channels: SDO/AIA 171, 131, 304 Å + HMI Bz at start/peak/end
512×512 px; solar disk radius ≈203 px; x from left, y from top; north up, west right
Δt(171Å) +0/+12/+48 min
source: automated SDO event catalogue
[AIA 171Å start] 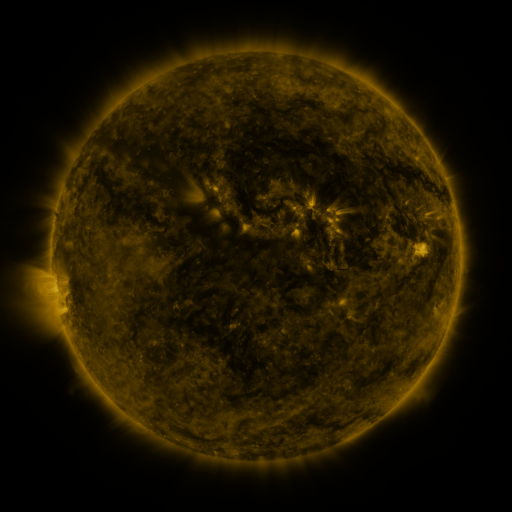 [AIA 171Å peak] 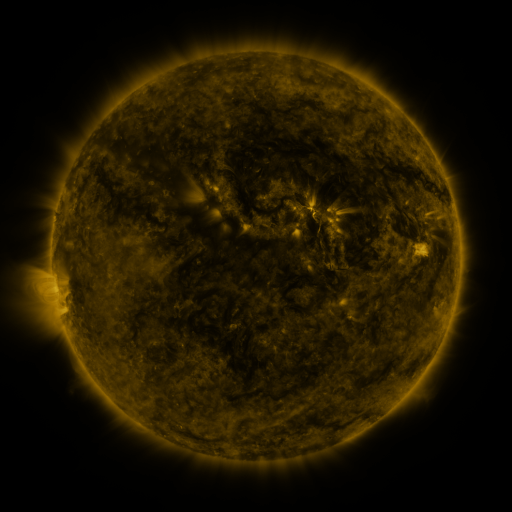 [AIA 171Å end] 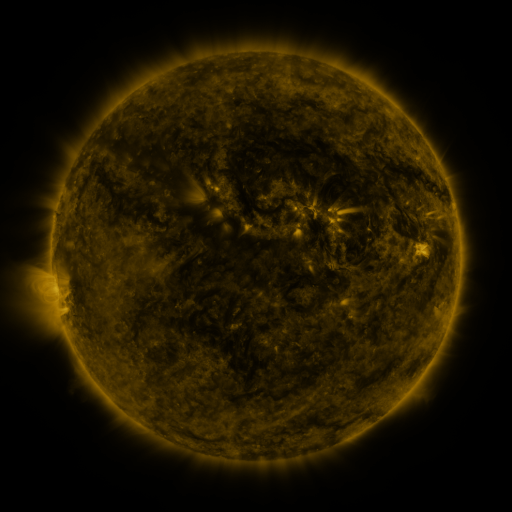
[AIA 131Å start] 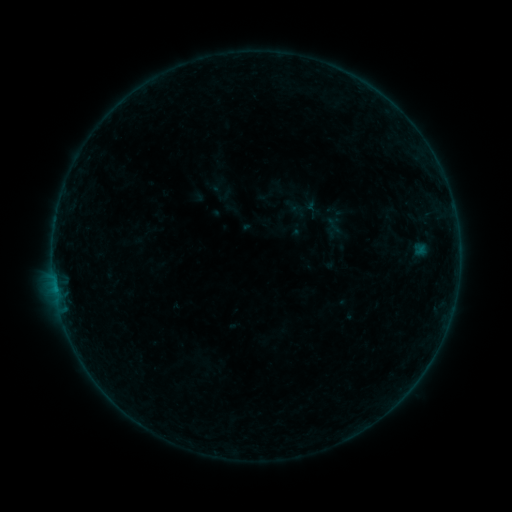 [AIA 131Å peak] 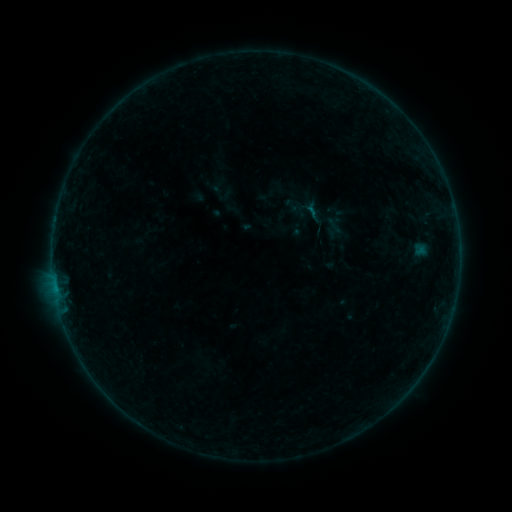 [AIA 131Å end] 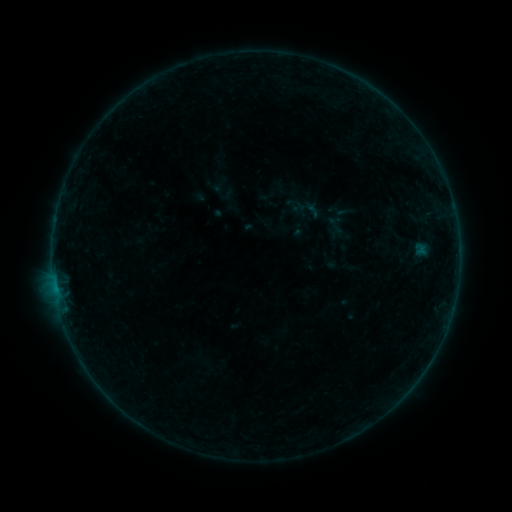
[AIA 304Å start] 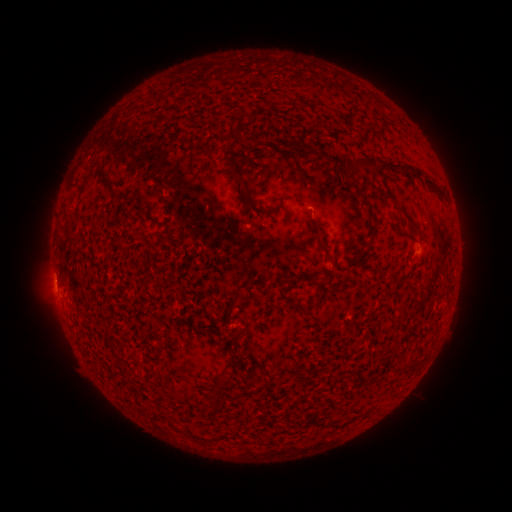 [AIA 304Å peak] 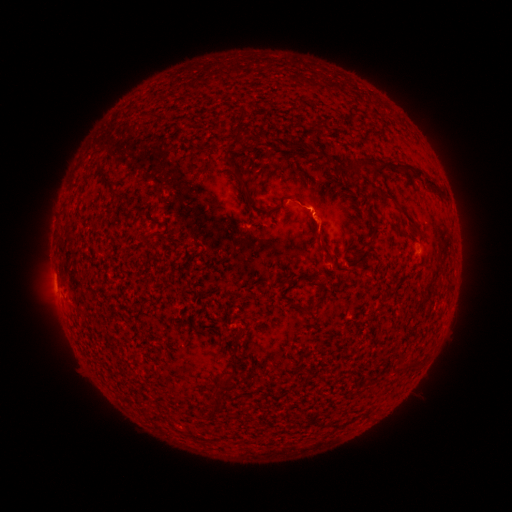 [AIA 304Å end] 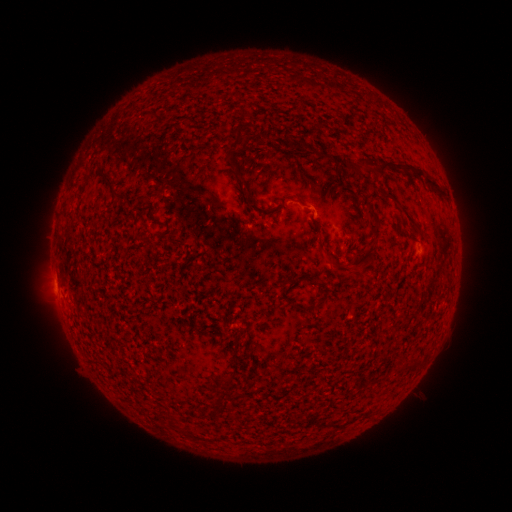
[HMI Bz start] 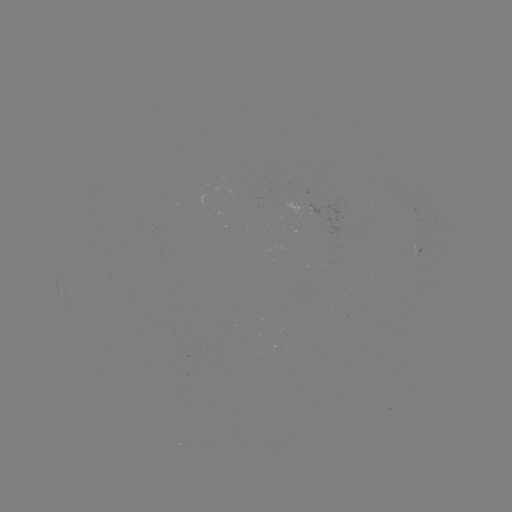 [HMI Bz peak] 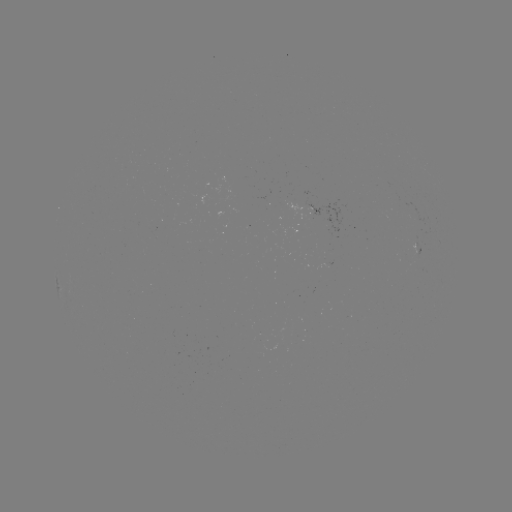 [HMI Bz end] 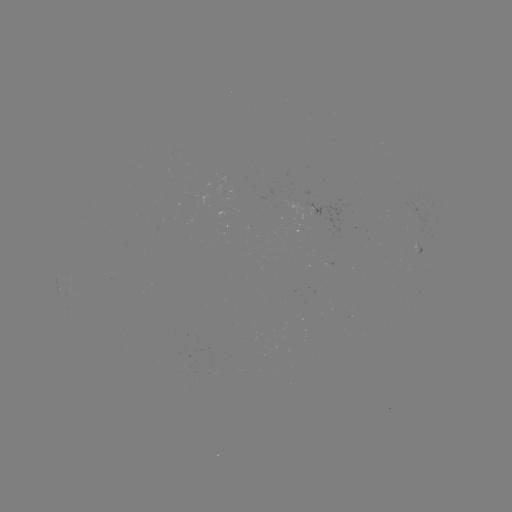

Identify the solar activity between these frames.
B1.6 flare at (310, 214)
